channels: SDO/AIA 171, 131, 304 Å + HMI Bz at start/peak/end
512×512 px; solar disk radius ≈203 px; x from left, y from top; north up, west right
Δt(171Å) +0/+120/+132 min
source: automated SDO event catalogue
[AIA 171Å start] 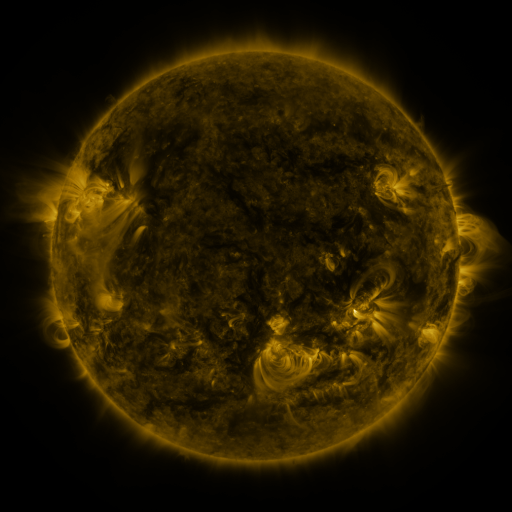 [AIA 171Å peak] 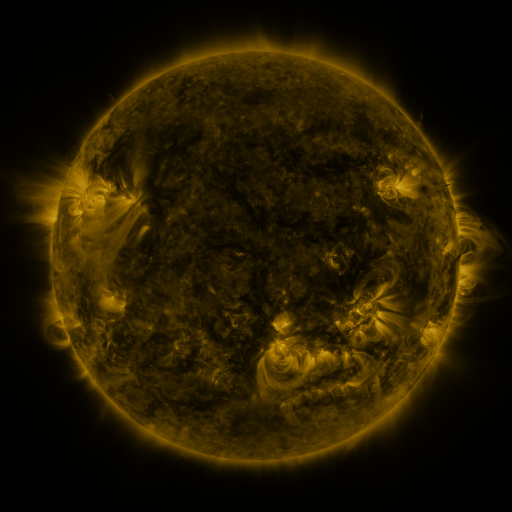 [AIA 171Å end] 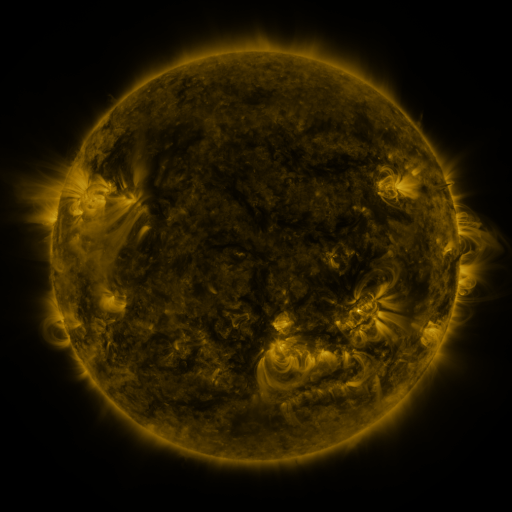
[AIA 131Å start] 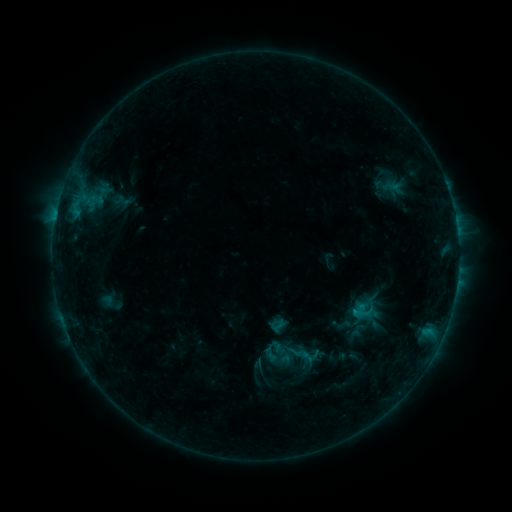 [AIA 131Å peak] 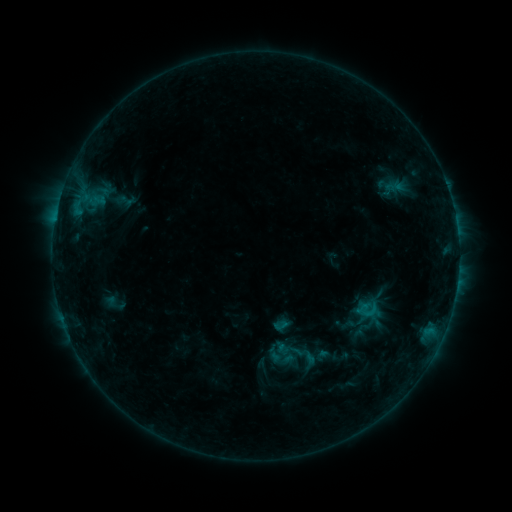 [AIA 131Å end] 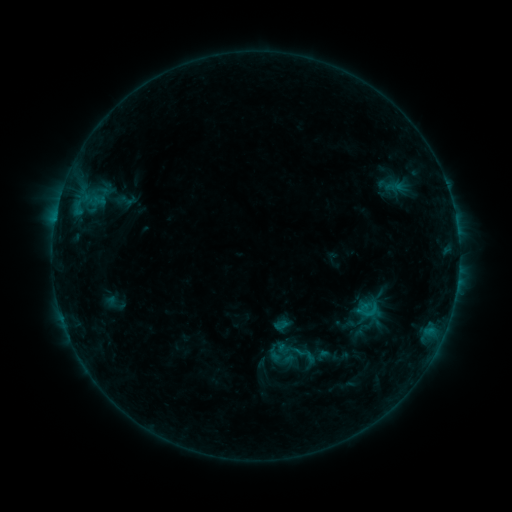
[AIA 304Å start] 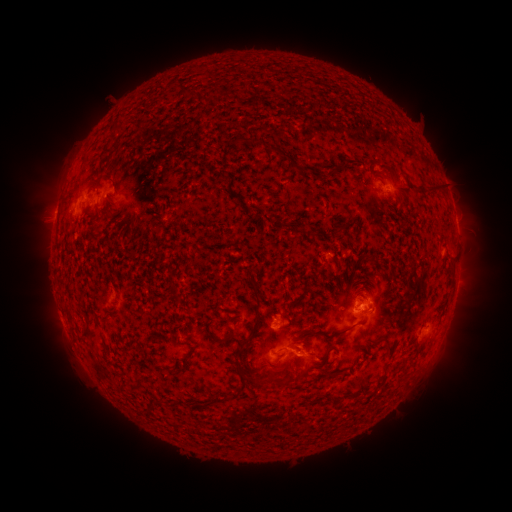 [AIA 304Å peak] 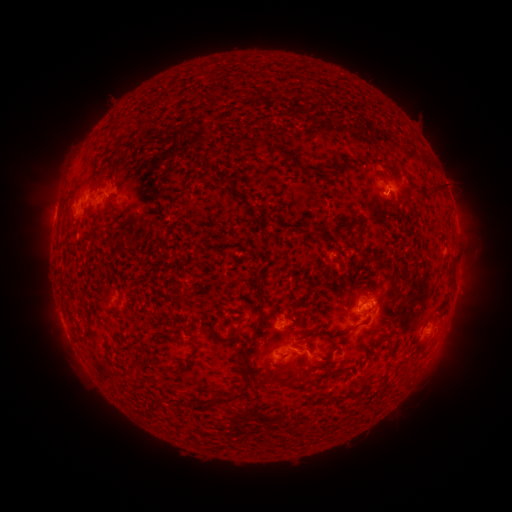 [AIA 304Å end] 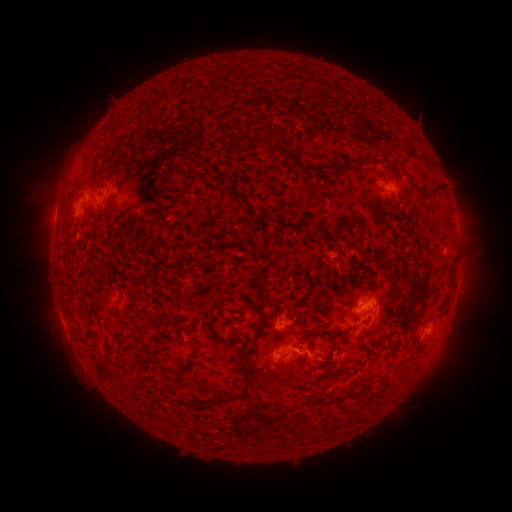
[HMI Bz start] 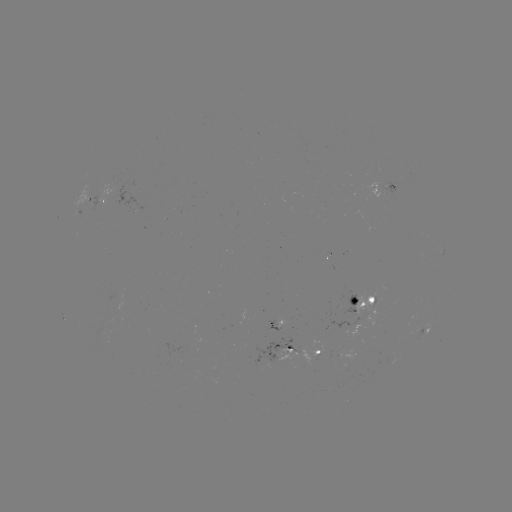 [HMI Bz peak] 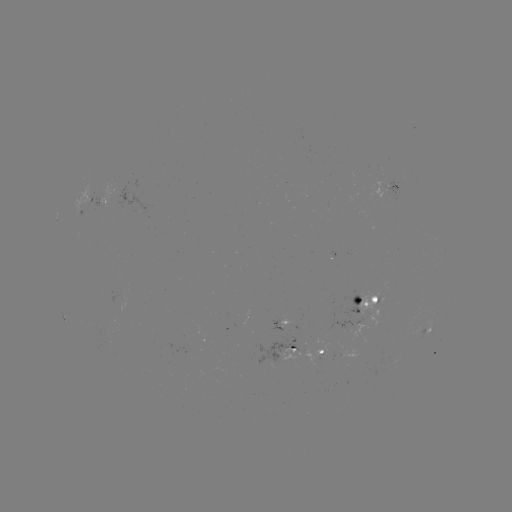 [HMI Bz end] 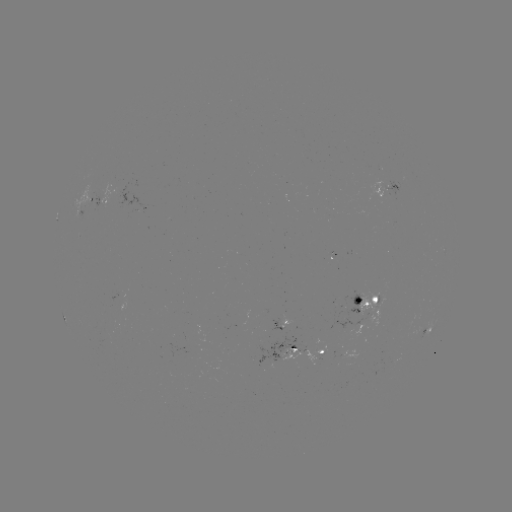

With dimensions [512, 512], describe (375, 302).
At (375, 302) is emerging-flux region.